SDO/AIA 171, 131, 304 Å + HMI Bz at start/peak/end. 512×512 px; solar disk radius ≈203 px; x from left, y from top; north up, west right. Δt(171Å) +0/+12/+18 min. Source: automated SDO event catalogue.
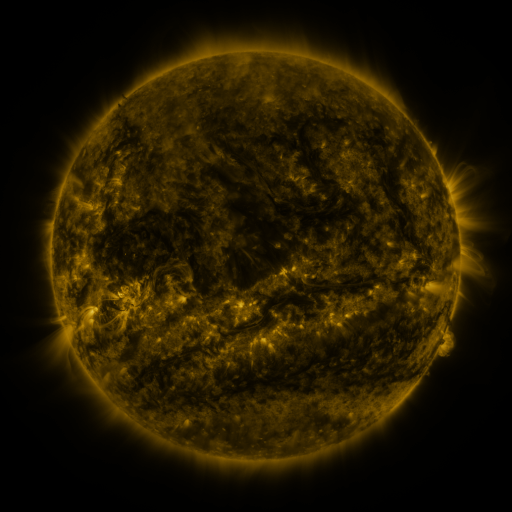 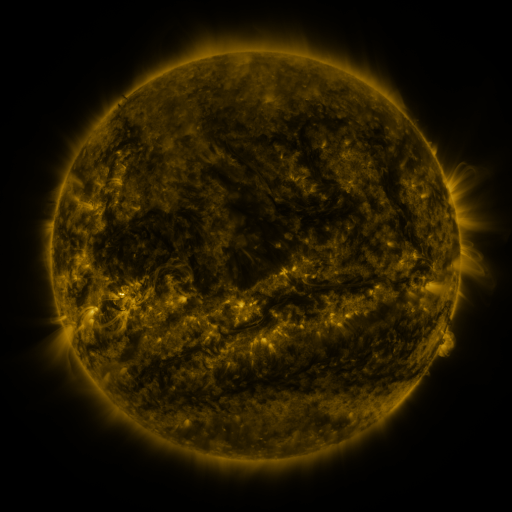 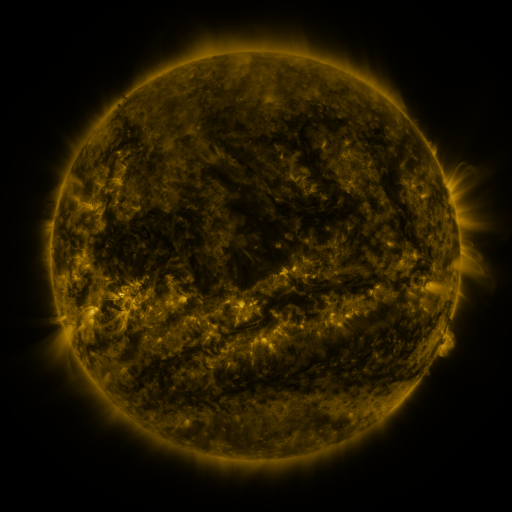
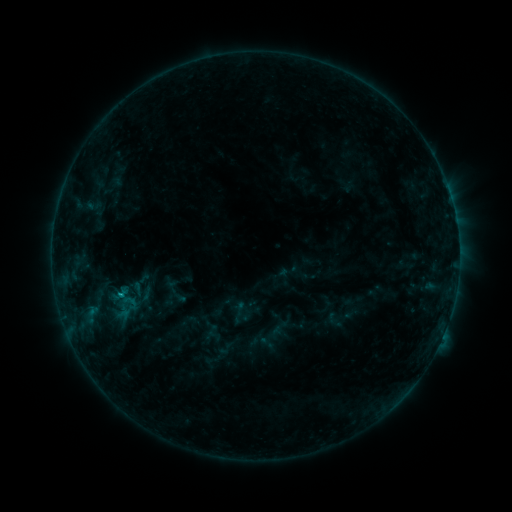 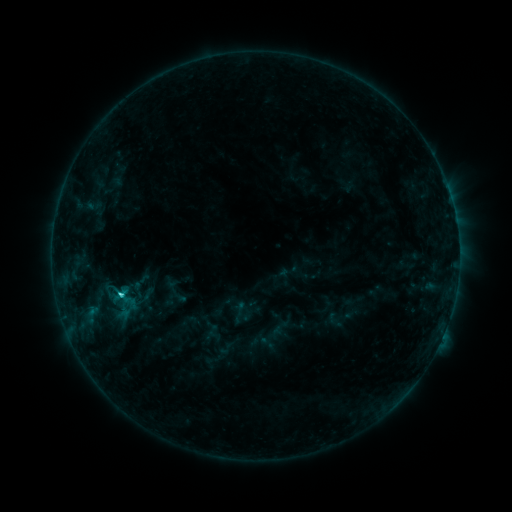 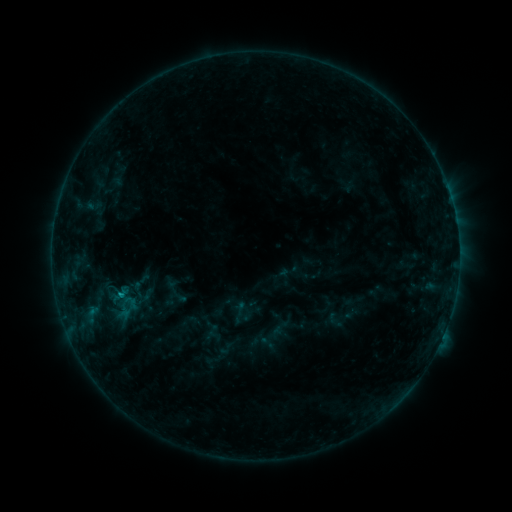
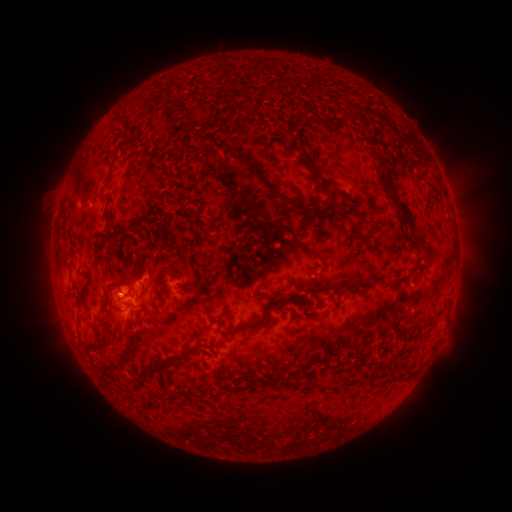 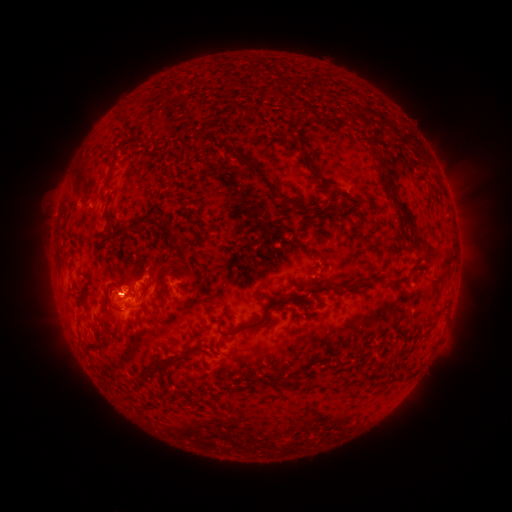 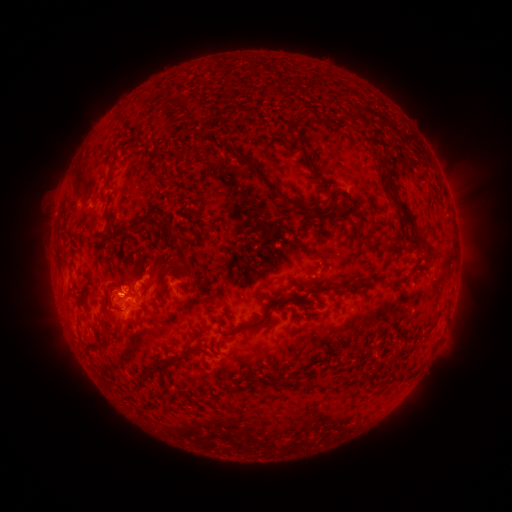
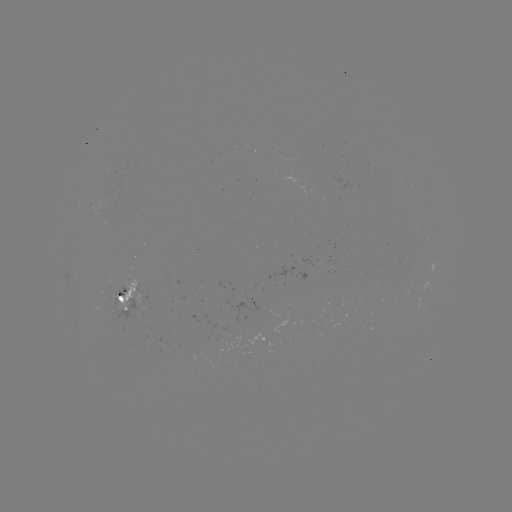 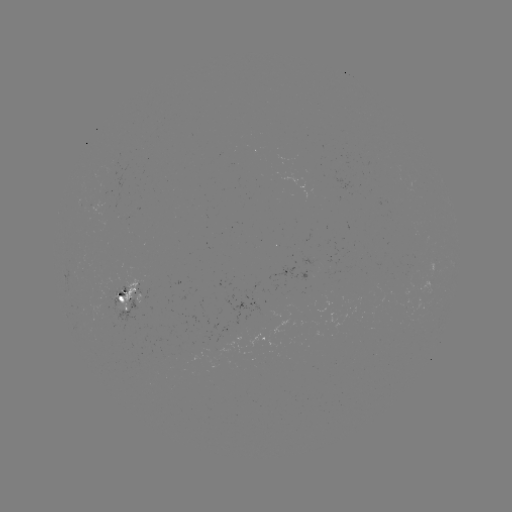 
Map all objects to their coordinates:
C1.6 flare: (122, 293)
